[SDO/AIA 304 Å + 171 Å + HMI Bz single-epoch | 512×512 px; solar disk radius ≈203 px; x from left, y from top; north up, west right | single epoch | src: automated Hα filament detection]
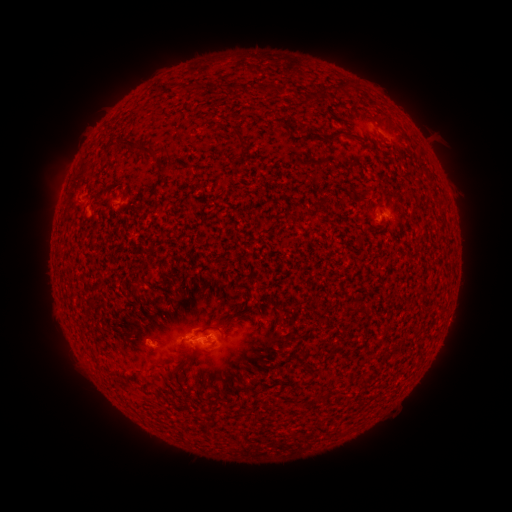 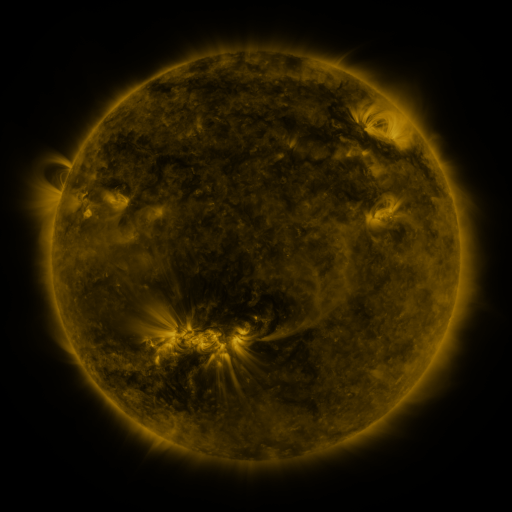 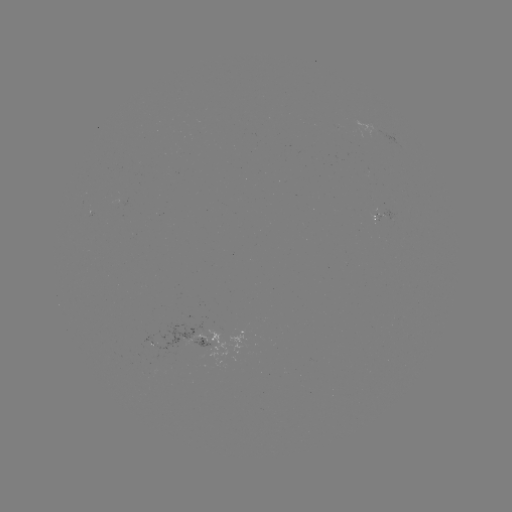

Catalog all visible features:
filament: (333, 79, 360, 96)
filament: (231, 83, 241, 92)
filament: (253, 83, 278, 96)
filament: (326, 131, 364, 143)
filament: (117, 139, 160, 160)
filament: (239, 142, 247, 152)
filament: (414, 147, 424, 161)
filament: (165, 160, 178, 172)
filament: (223, 317, 232, 329)
filament: (242, 386, 254, 394)
